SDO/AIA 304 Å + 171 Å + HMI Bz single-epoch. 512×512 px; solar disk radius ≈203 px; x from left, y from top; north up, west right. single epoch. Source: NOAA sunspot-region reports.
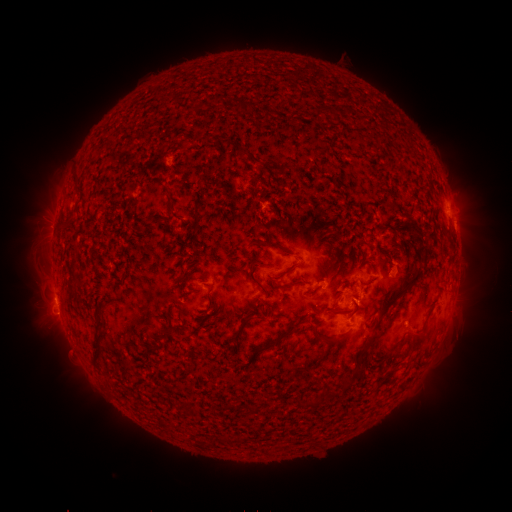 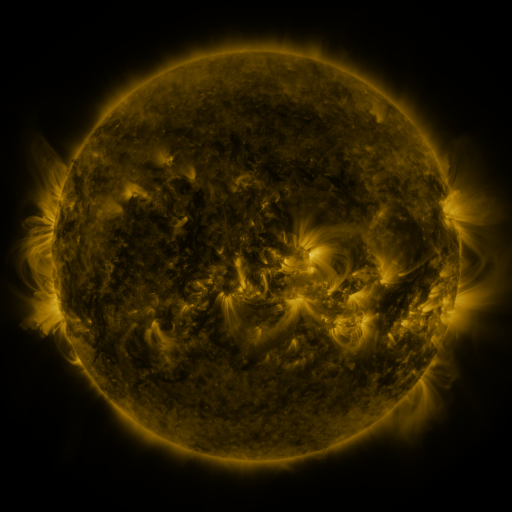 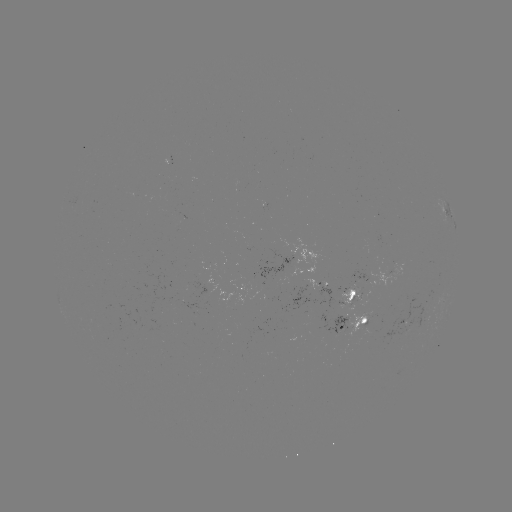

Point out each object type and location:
spotted active region: (449, 215)
spotted active region: (398, 270)
spotted active region: (211, 279)
spotted active region: (303, 286)
spotted active region: (245, 289)
spotted active region: (357, 291)
spotted active region: (443, 299)
spotted active region: (357, 323)
